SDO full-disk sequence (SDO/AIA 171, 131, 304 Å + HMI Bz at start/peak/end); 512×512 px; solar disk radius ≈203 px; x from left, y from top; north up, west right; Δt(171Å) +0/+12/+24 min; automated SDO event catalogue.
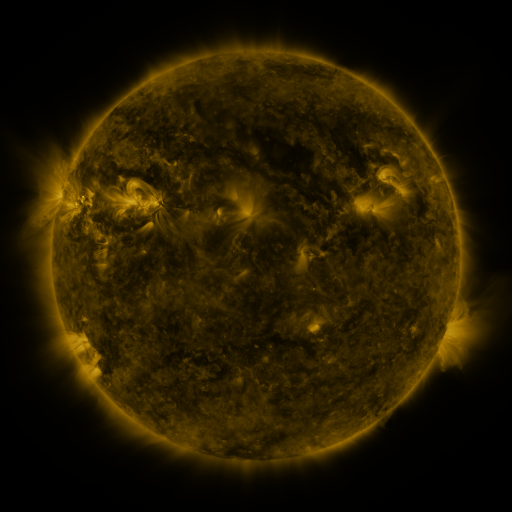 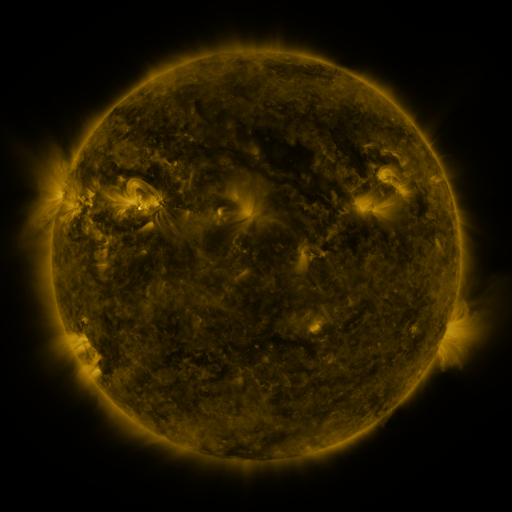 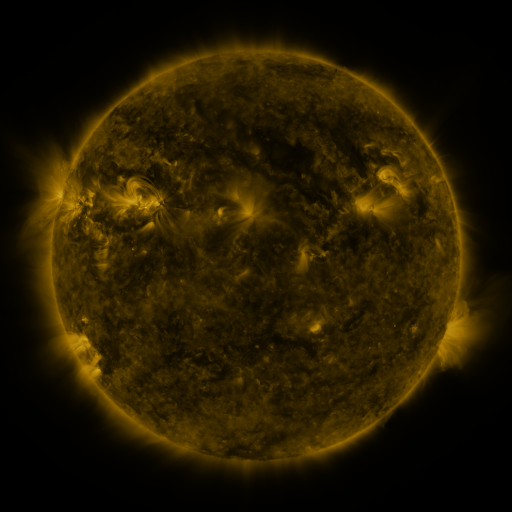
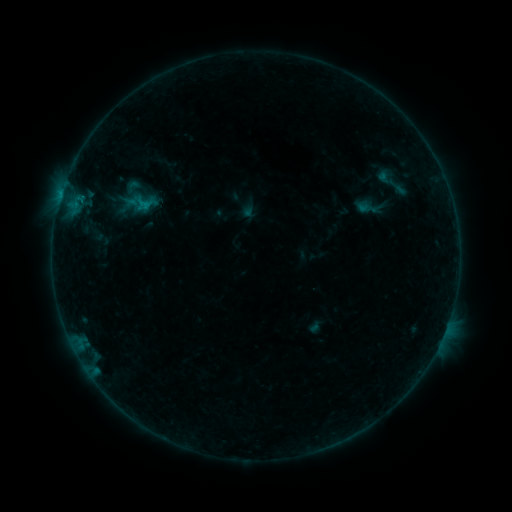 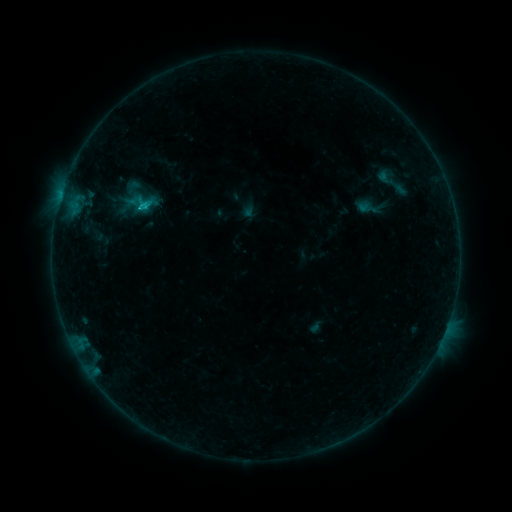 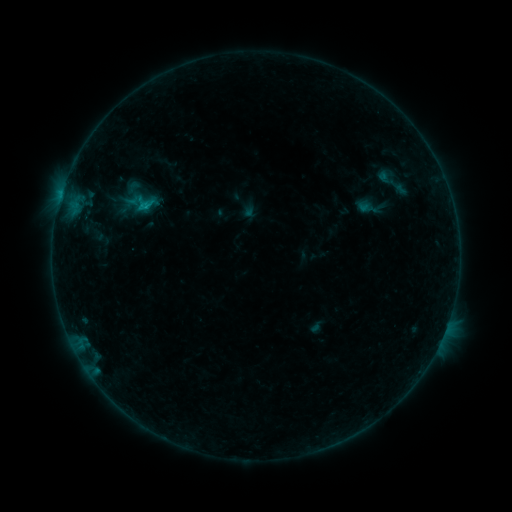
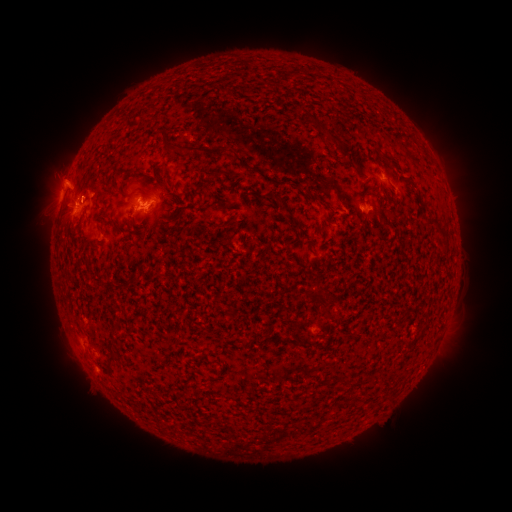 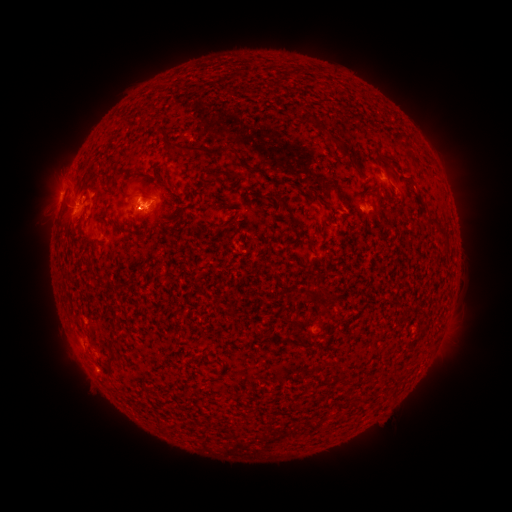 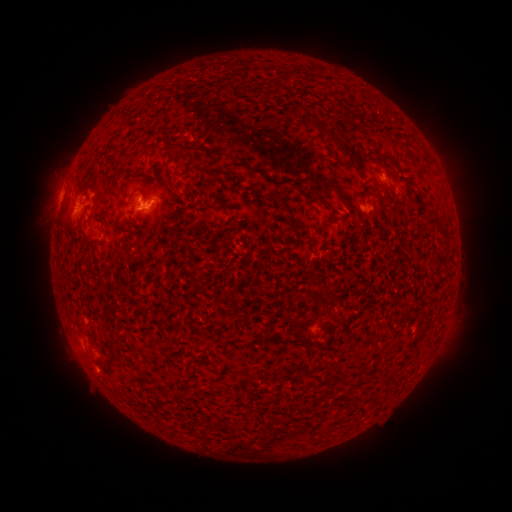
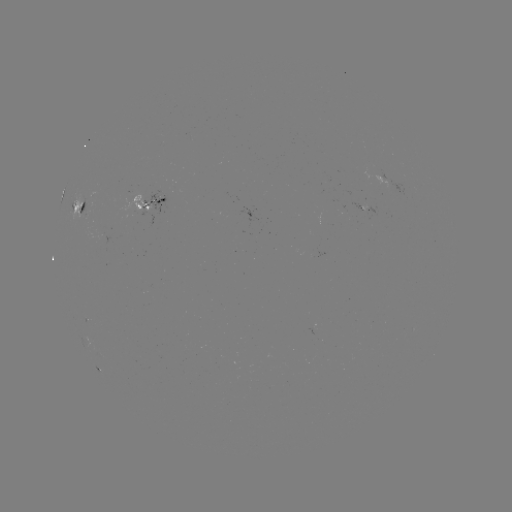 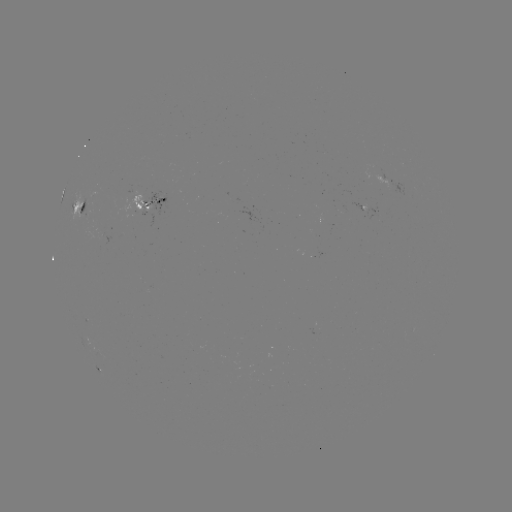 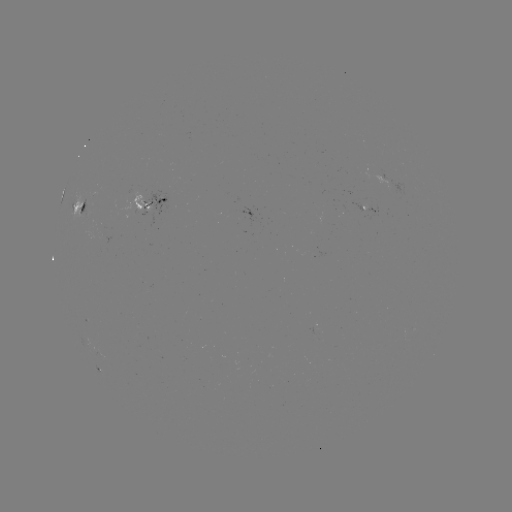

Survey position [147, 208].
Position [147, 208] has C1.0 flare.